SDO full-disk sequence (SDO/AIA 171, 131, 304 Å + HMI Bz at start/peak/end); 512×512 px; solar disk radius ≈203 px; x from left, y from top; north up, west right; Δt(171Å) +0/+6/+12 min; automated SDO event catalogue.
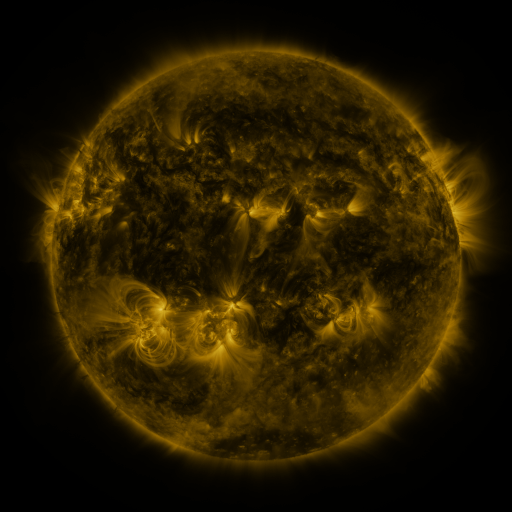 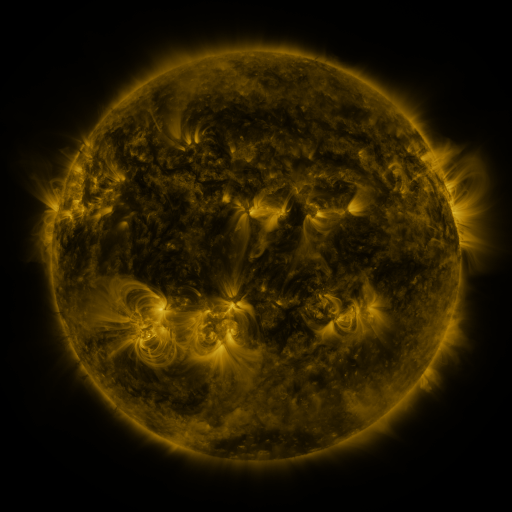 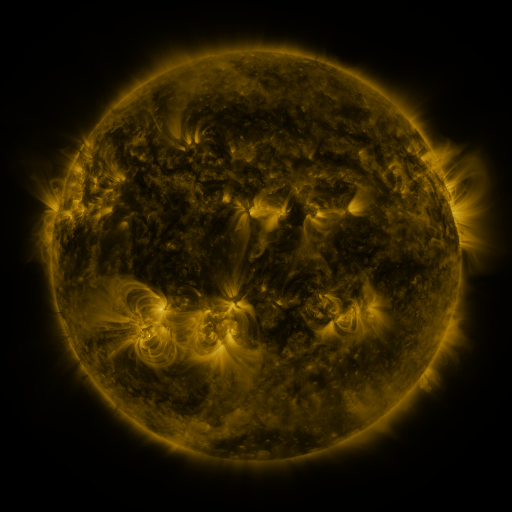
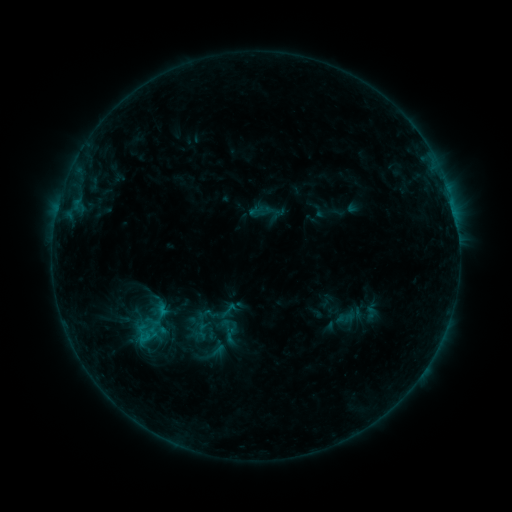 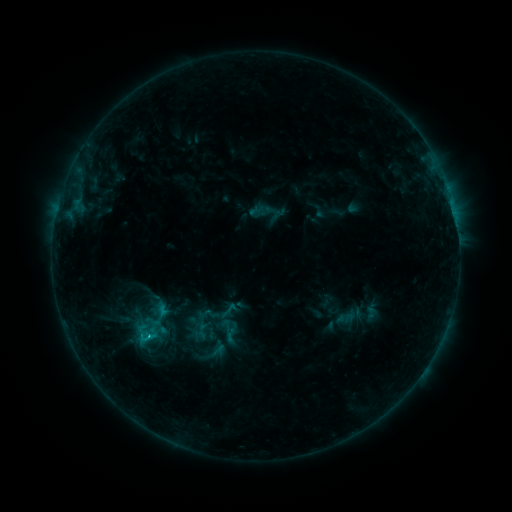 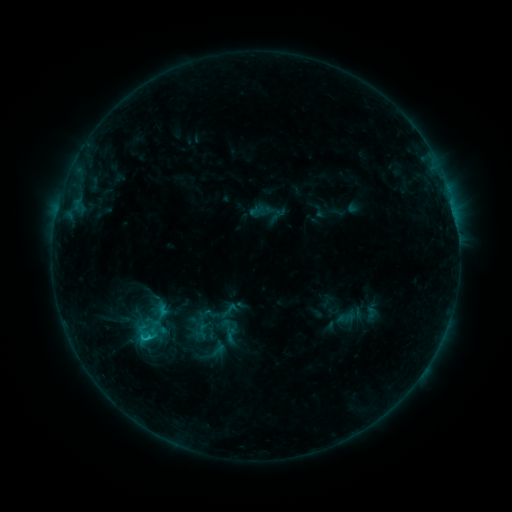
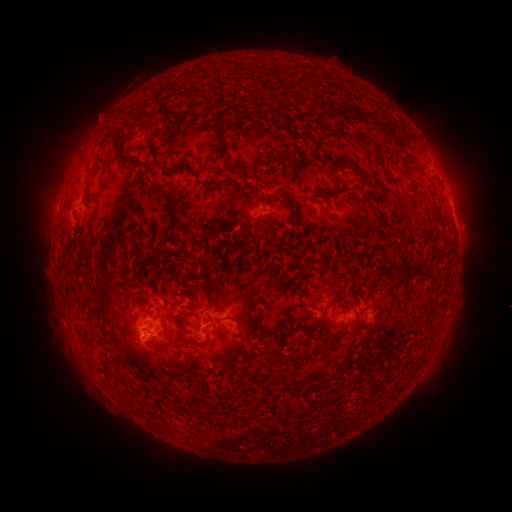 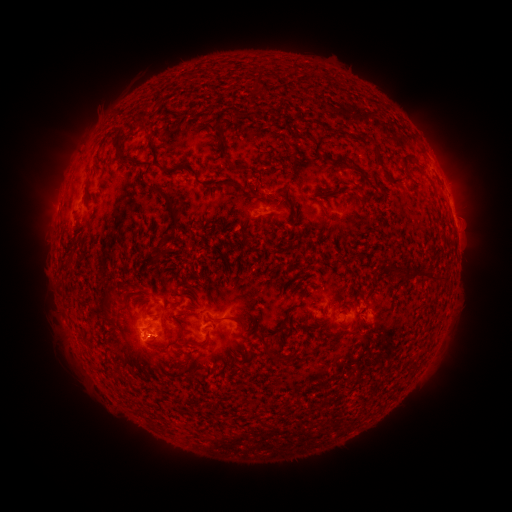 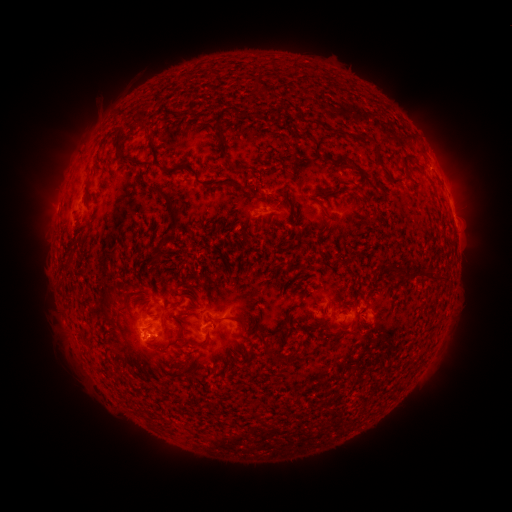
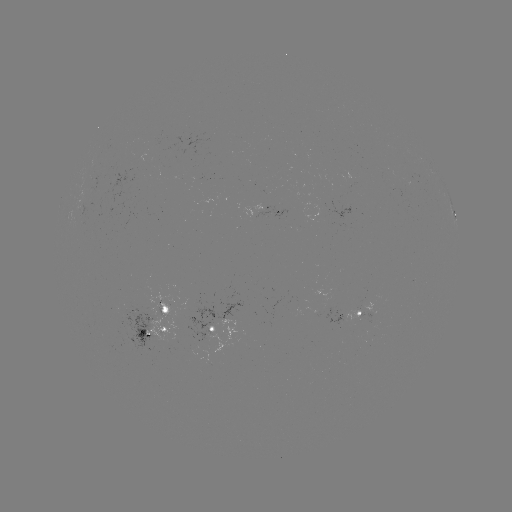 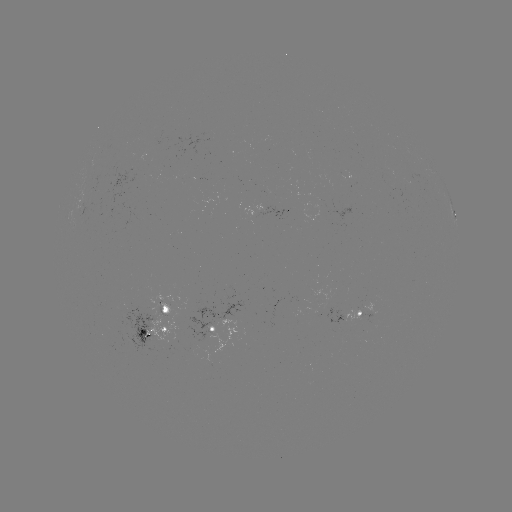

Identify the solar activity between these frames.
B8.1 flare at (149, 334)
